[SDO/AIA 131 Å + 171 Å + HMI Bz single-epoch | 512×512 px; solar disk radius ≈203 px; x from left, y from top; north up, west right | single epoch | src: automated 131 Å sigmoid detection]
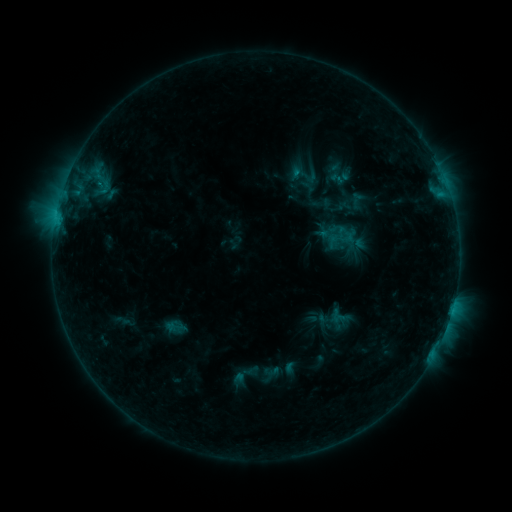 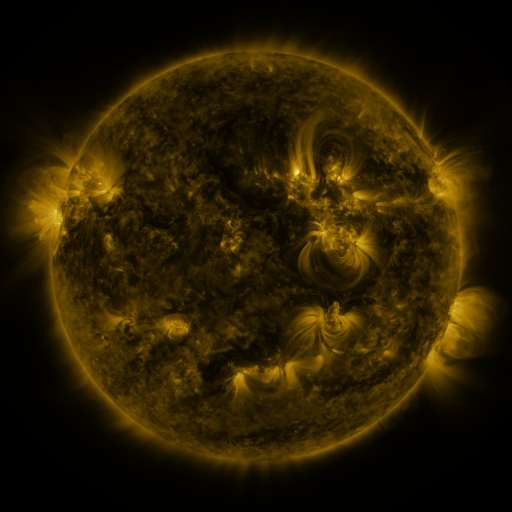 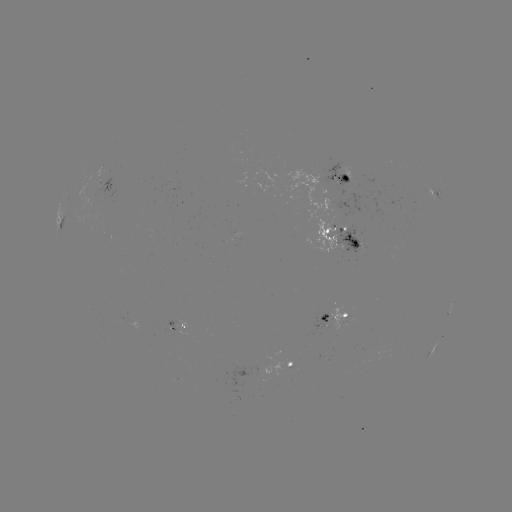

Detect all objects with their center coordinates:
sigmoid: (304, 174)
